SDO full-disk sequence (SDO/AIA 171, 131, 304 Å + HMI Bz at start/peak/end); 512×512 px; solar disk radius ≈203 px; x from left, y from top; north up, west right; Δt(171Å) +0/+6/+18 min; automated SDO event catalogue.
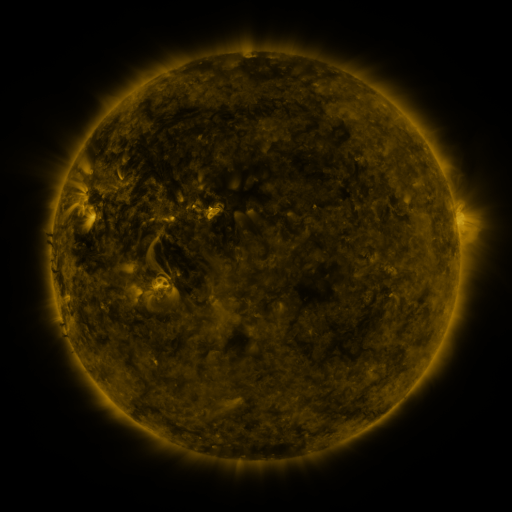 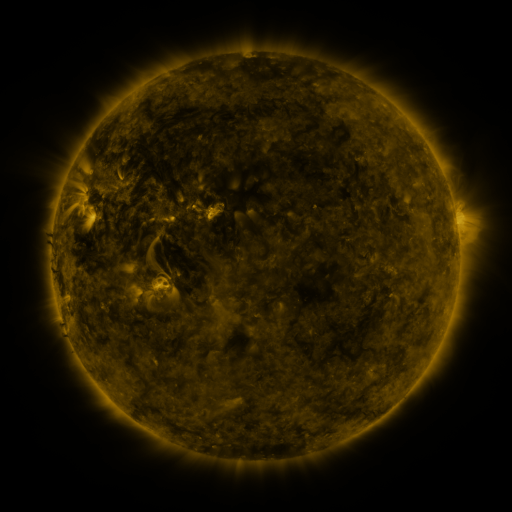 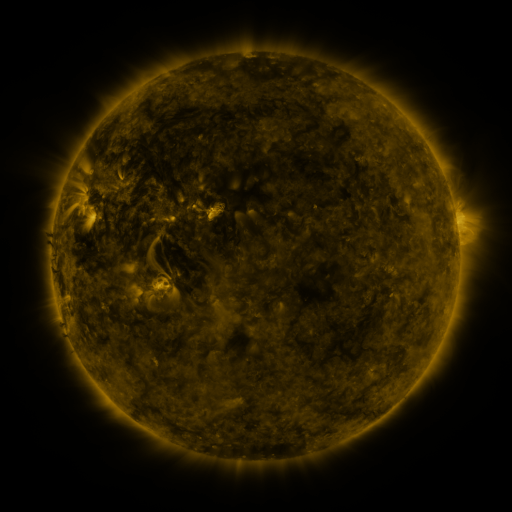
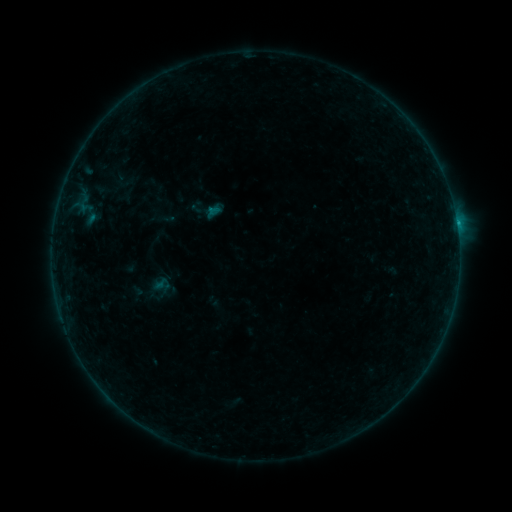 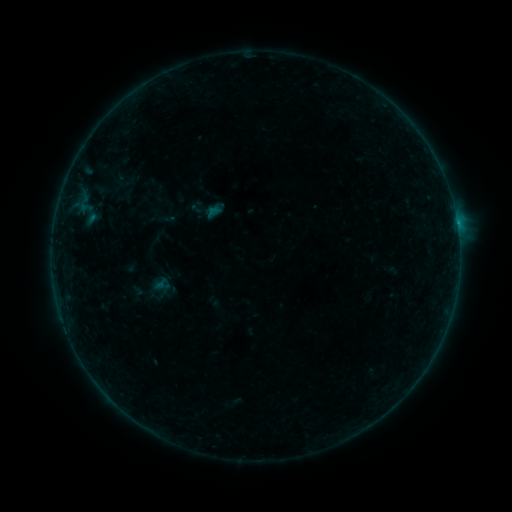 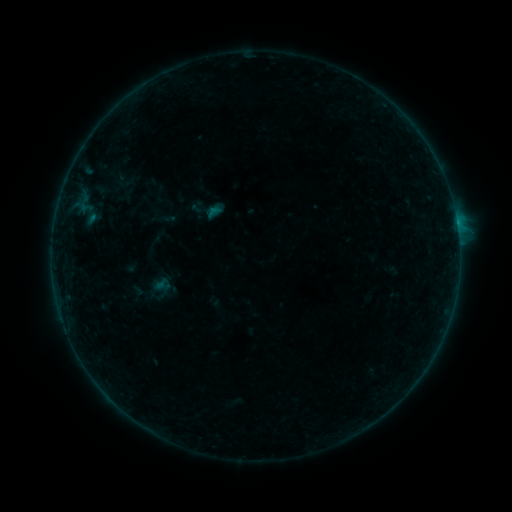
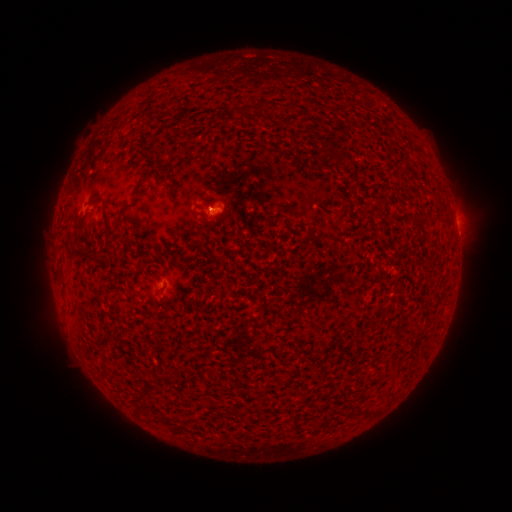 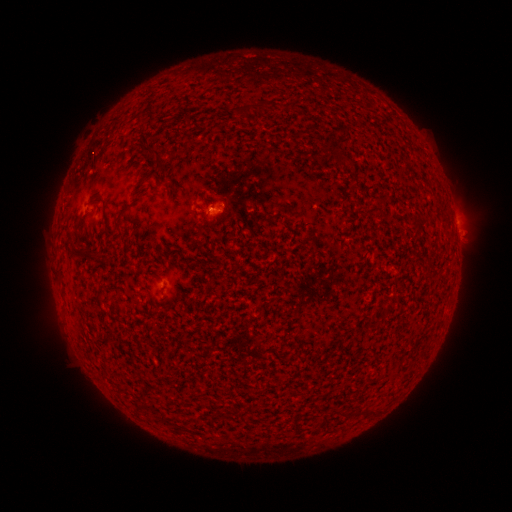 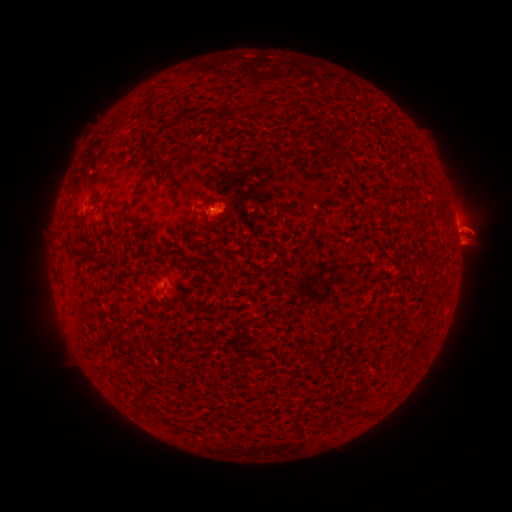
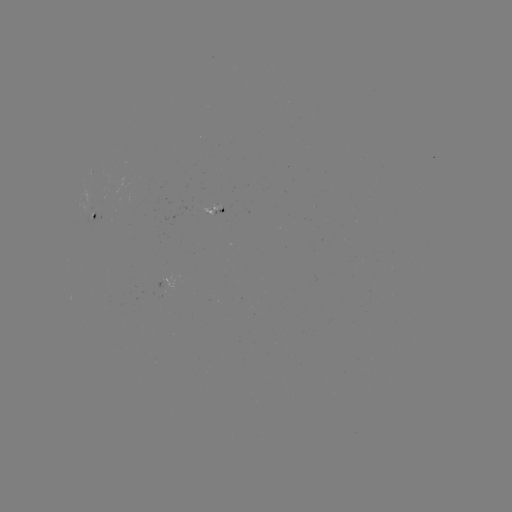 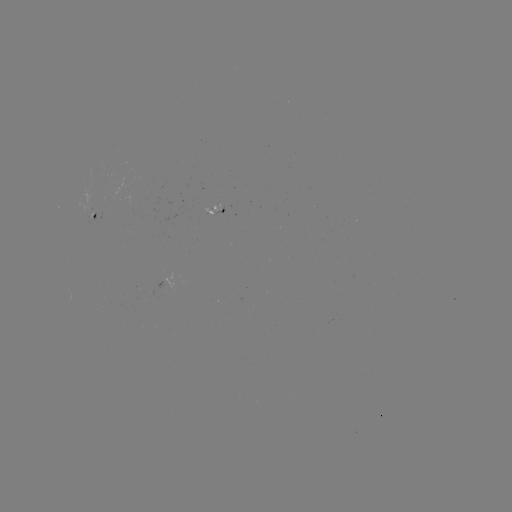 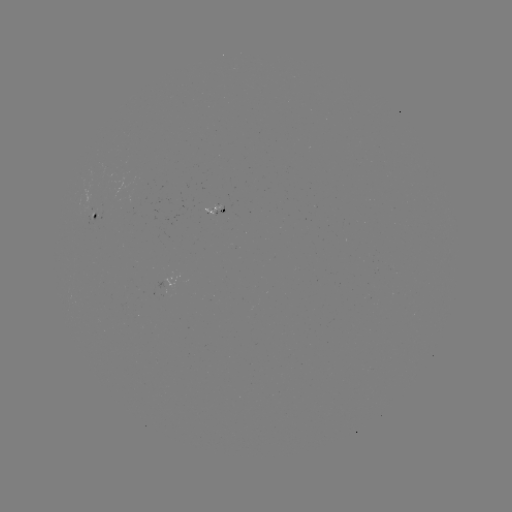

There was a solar eruption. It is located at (463, 234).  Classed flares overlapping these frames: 1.